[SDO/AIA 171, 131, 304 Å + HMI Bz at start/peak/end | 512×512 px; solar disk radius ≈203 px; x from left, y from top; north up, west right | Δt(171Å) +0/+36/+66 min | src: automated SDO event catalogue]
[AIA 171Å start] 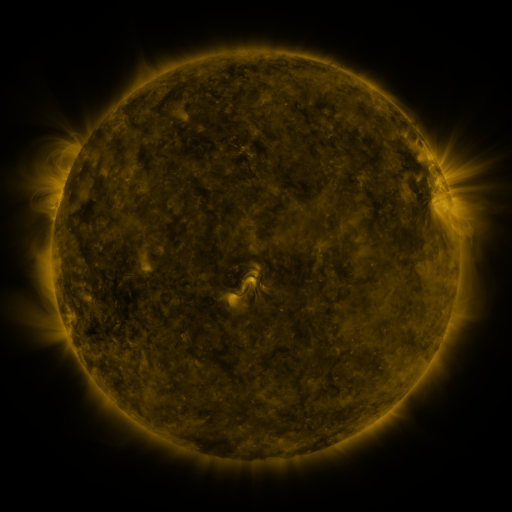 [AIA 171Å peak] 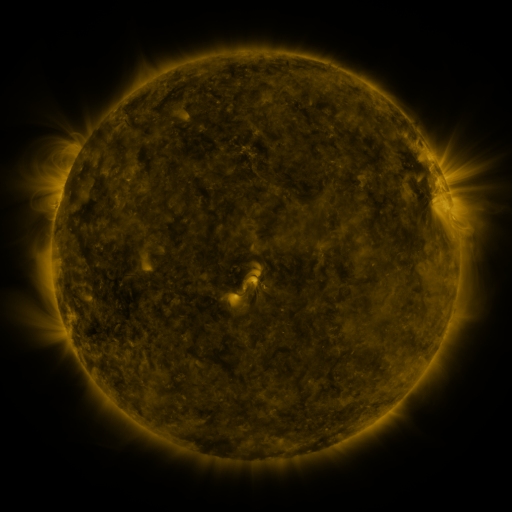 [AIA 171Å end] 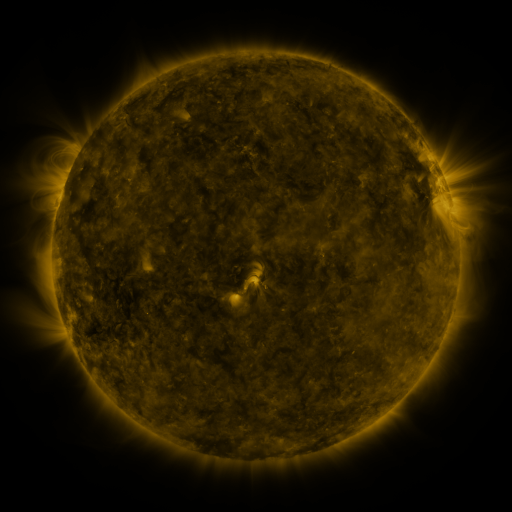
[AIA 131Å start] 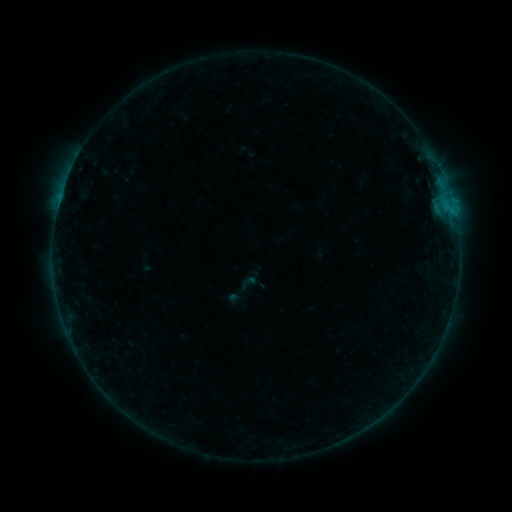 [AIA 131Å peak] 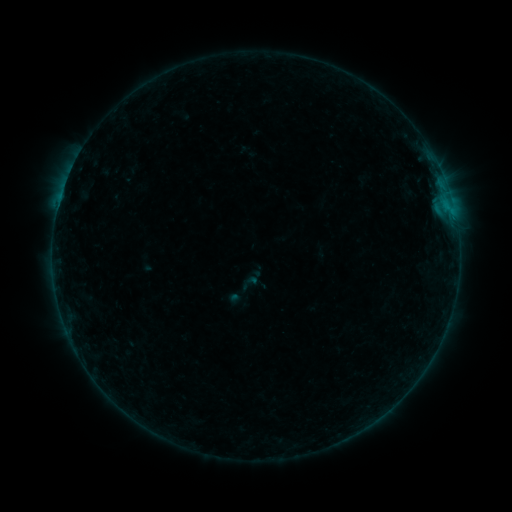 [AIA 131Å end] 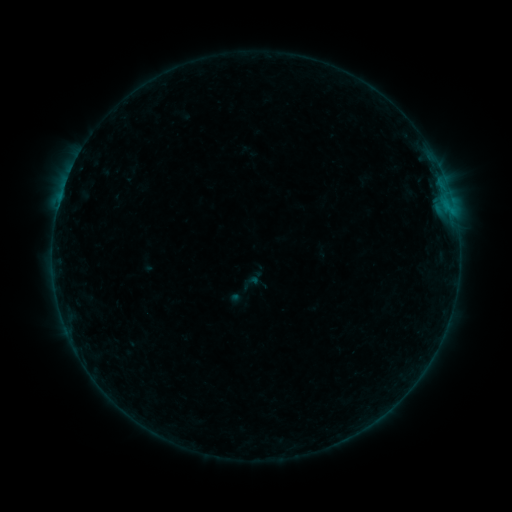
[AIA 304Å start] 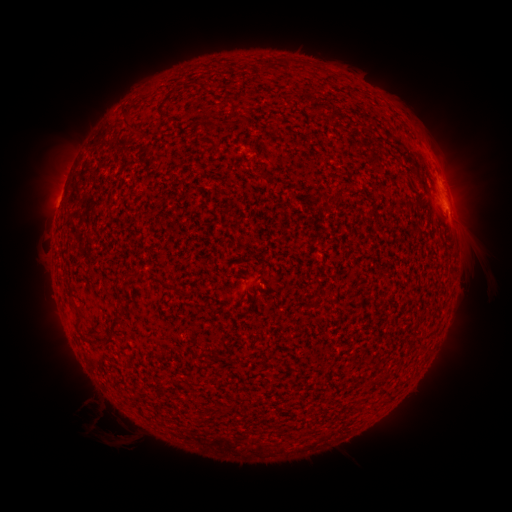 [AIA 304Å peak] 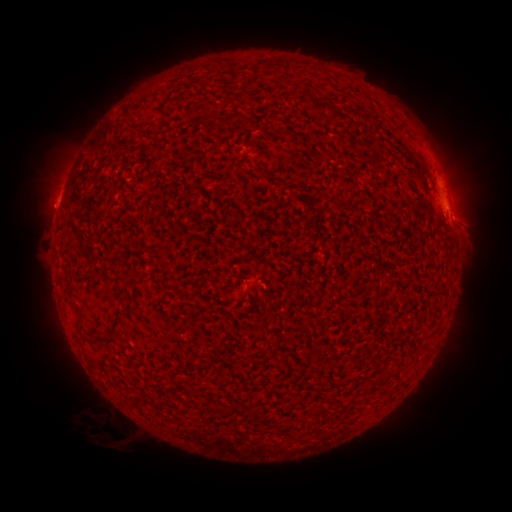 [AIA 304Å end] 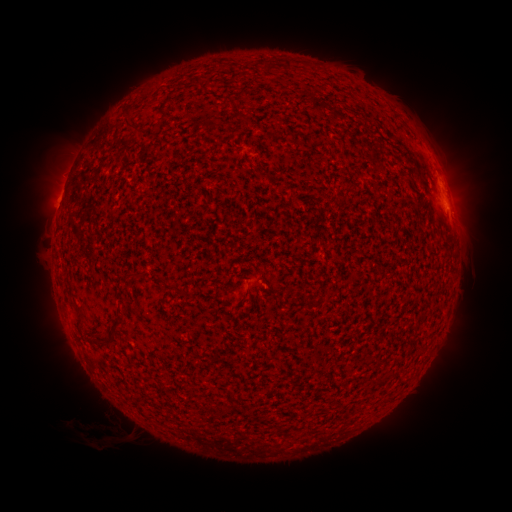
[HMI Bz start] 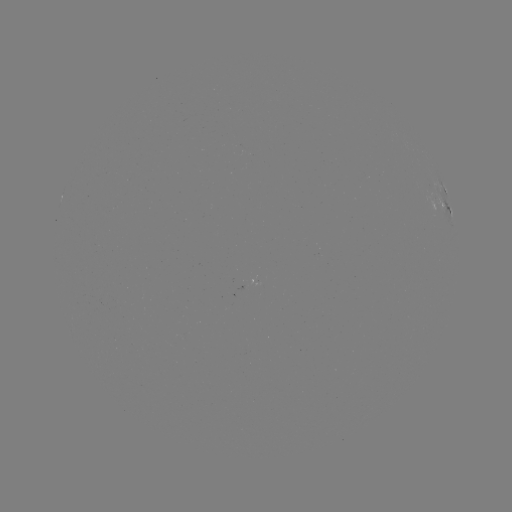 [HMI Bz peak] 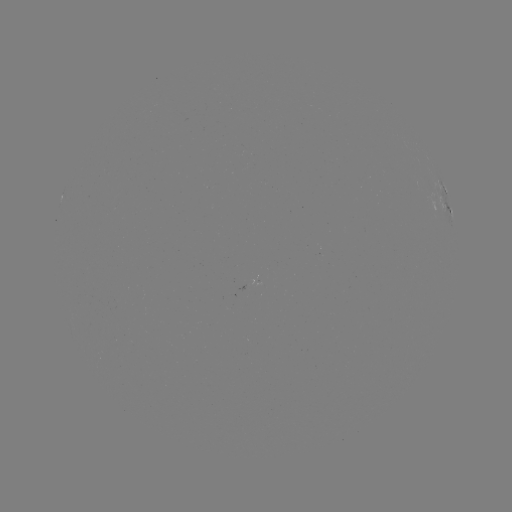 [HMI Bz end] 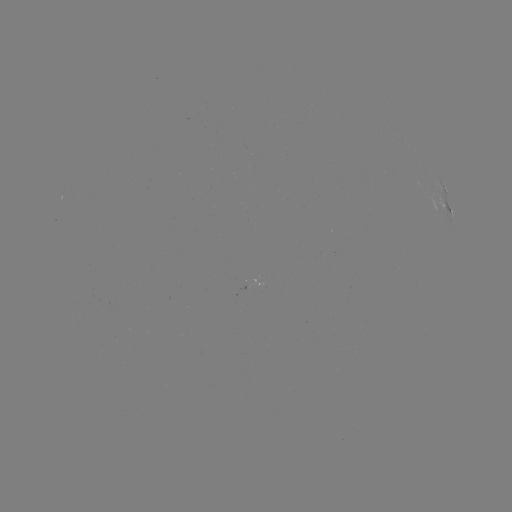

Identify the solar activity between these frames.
eruption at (92, 417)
